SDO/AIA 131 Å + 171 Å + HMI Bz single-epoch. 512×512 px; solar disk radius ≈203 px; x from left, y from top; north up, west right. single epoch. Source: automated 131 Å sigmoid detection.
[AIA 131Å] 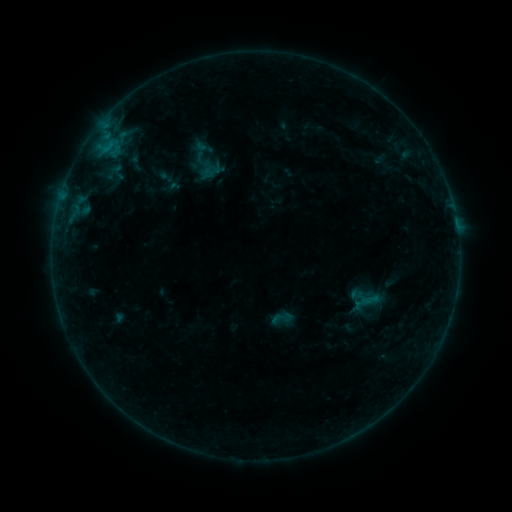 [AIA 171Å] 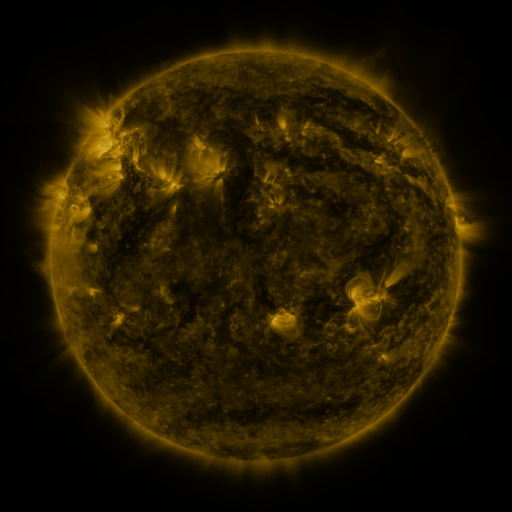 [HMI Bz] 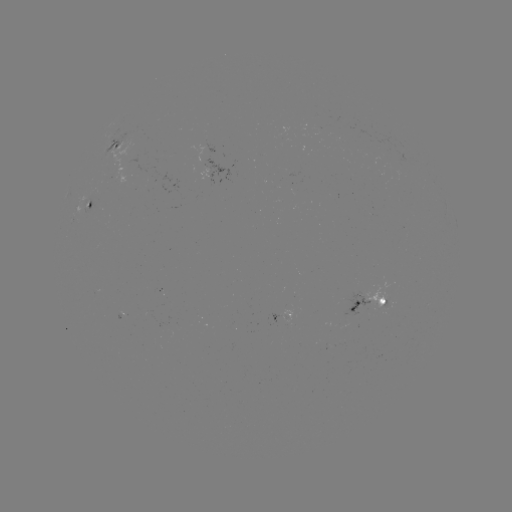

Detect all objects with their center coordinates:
sigmoid: (281, 318)
